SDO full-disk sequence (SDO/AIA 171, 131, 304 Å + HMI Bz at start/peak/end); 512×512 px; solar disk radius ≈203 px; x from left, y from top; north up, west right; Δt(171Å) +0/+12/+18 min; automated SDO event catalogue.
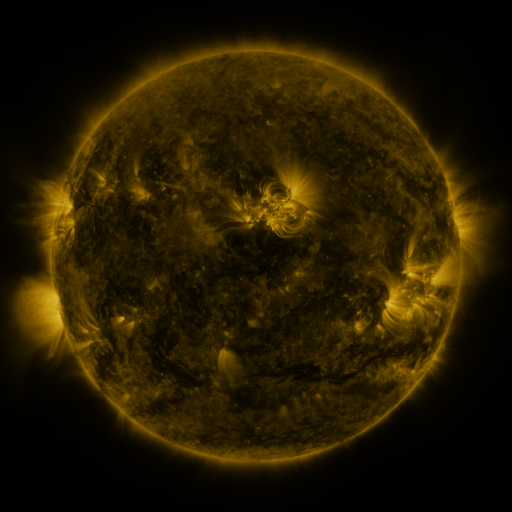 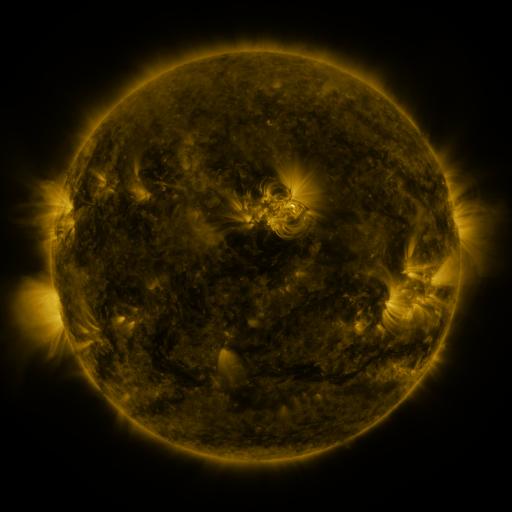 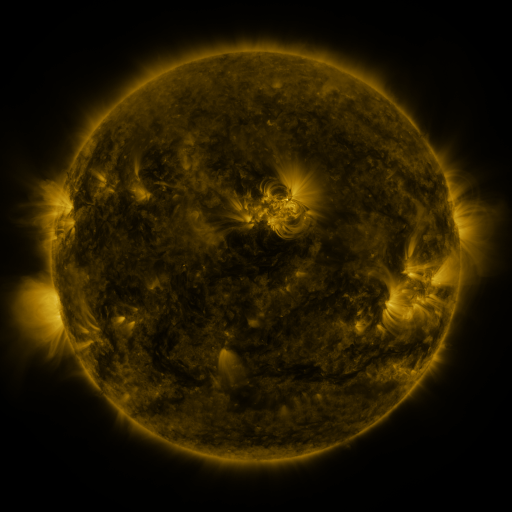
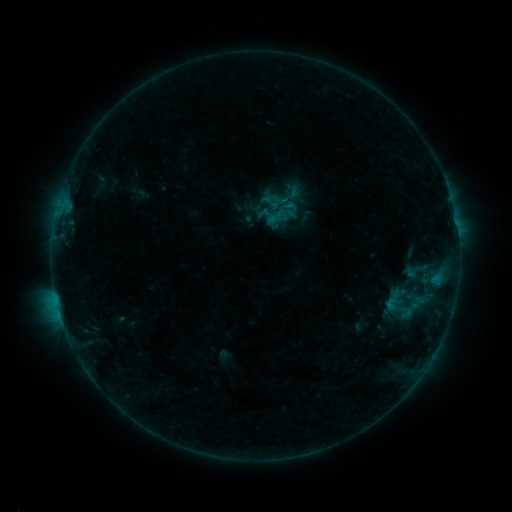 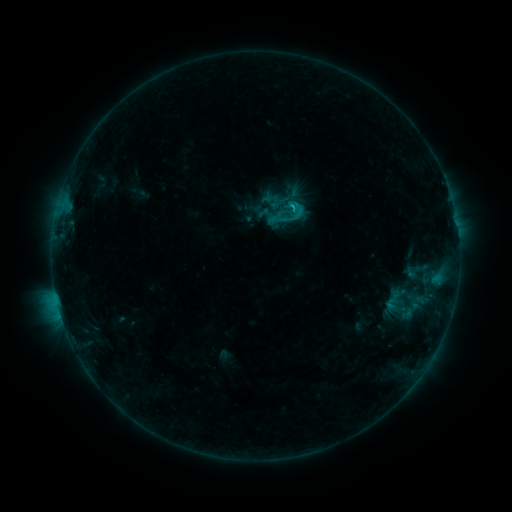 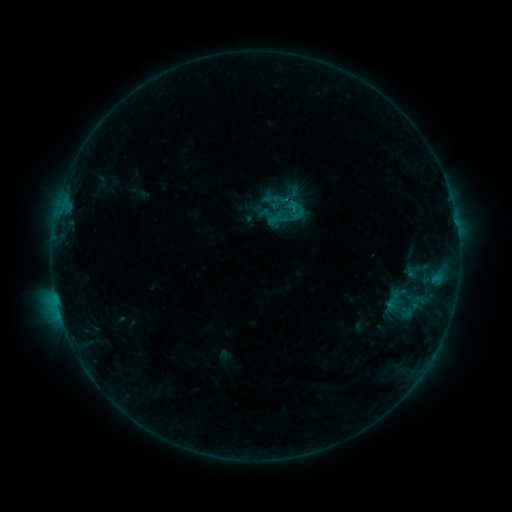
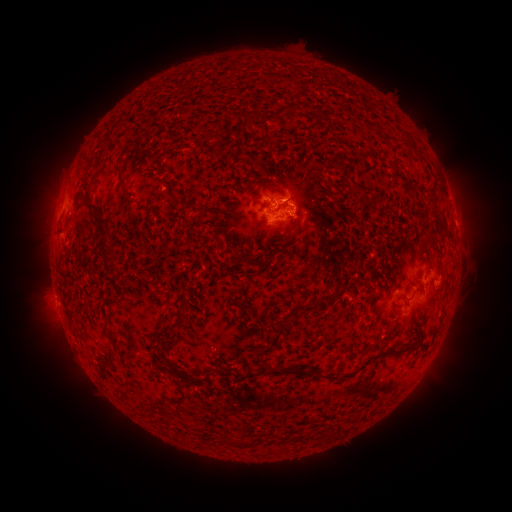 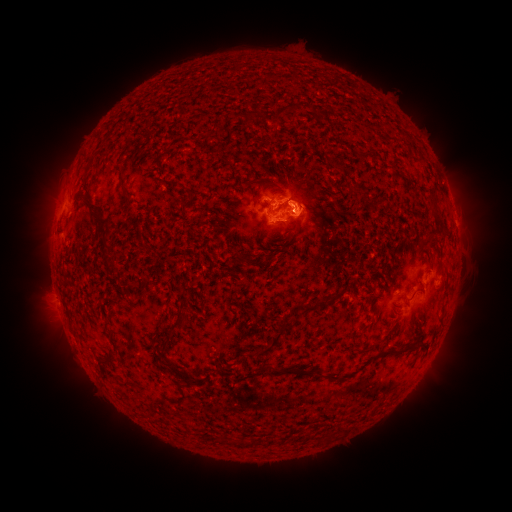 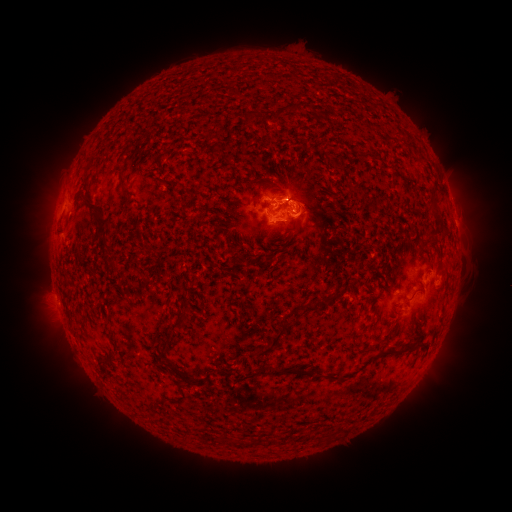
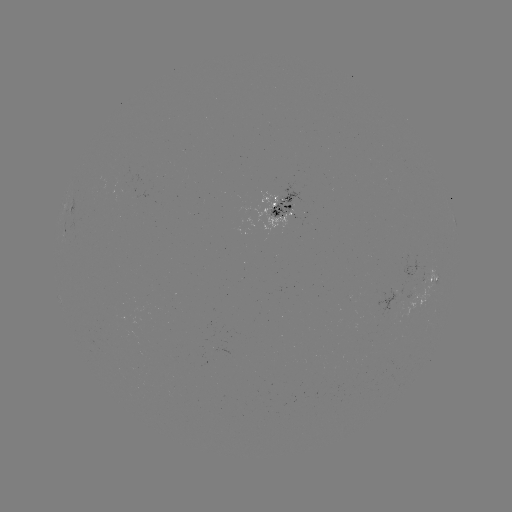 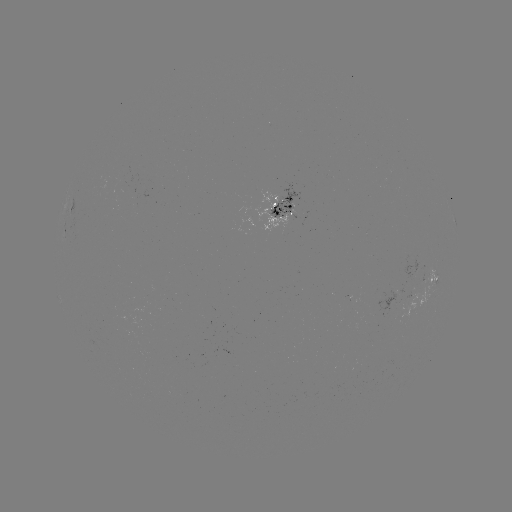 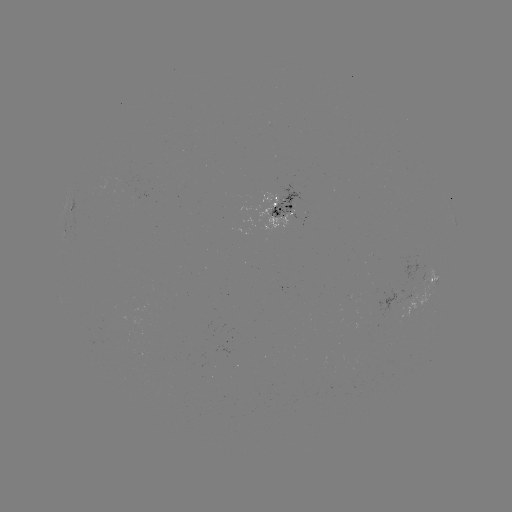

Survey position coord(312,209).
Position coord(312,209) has eruption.